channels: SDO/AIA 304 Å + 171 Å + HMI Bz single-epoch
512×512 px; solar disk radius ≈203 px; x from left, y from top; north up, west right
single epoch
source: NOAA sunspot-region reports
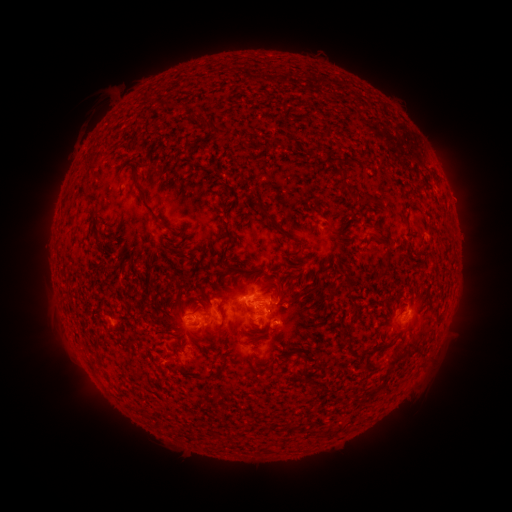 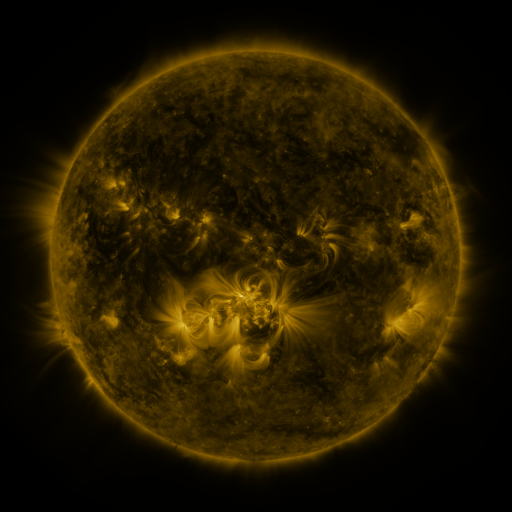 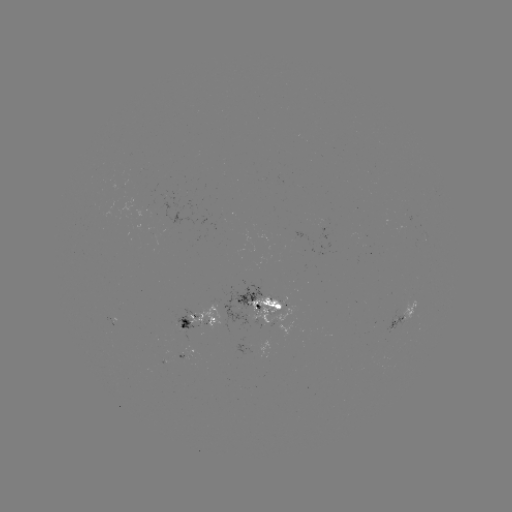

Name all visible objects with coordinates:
spotted active region: (263, 304)
spotted active region: (404, 316)
spotted active region: (116, 317)
spotted active region: (198, 317)
spotted active region: (186, 349)
